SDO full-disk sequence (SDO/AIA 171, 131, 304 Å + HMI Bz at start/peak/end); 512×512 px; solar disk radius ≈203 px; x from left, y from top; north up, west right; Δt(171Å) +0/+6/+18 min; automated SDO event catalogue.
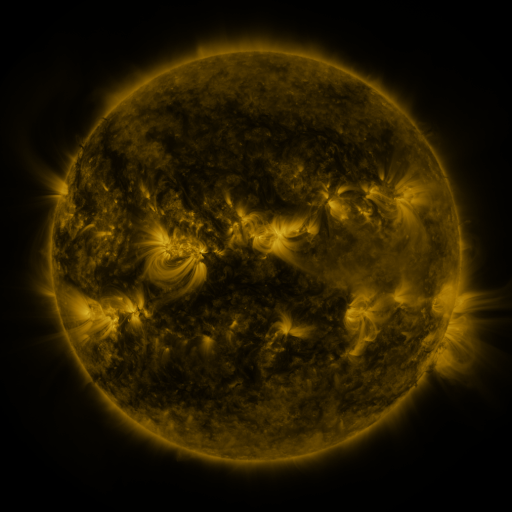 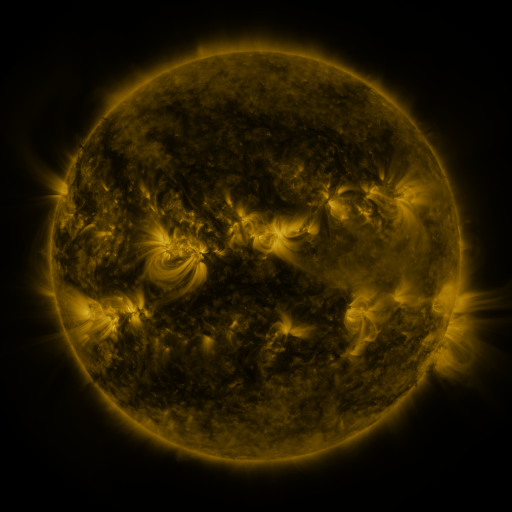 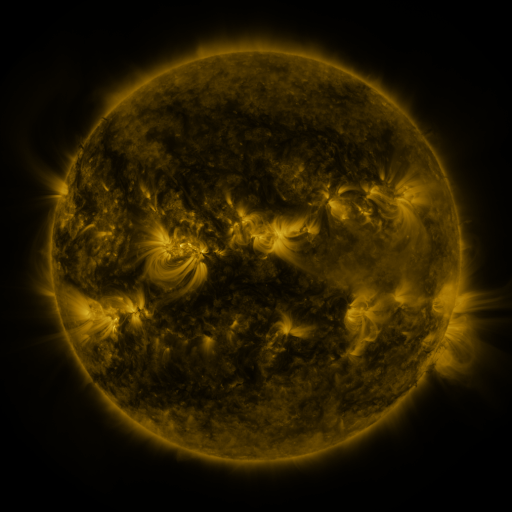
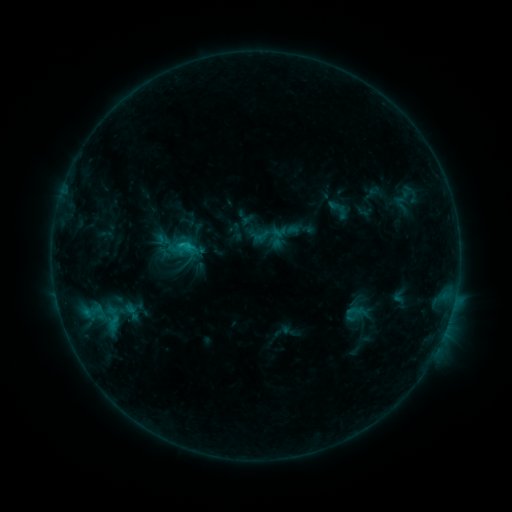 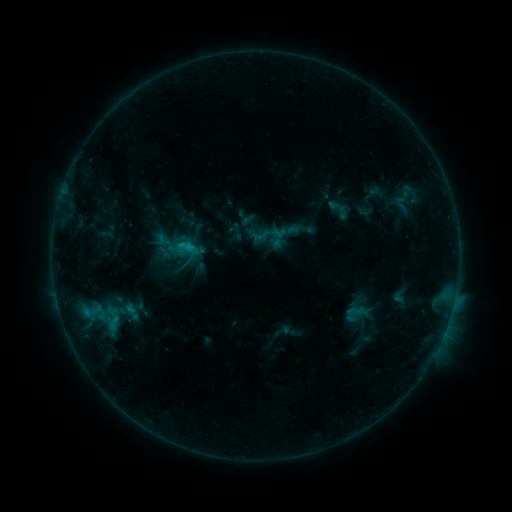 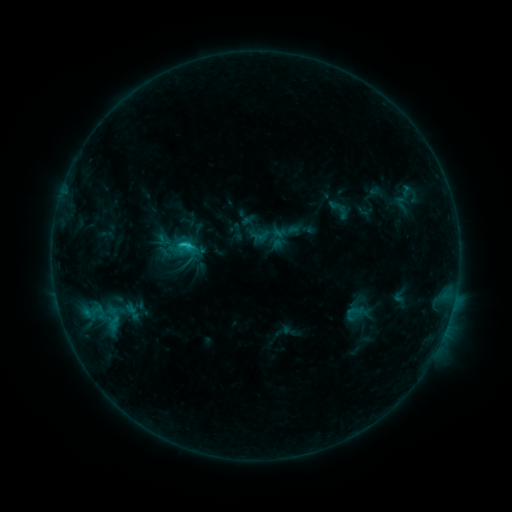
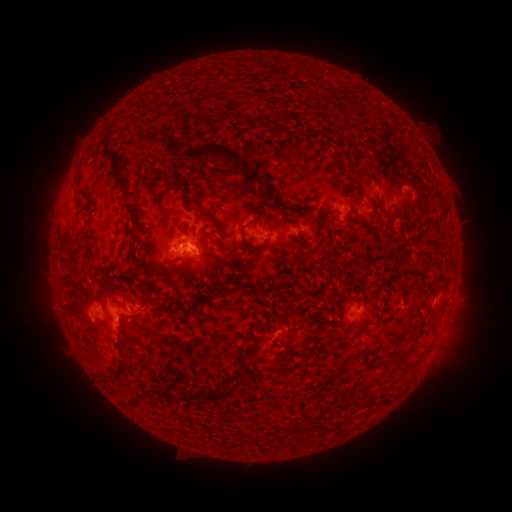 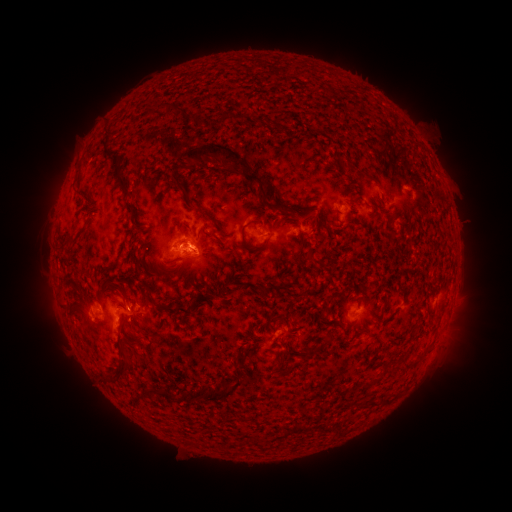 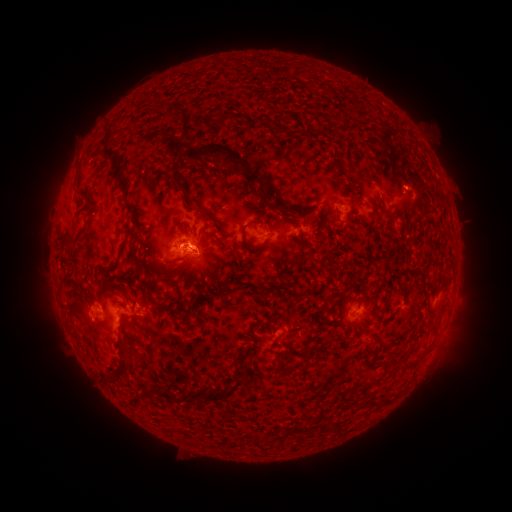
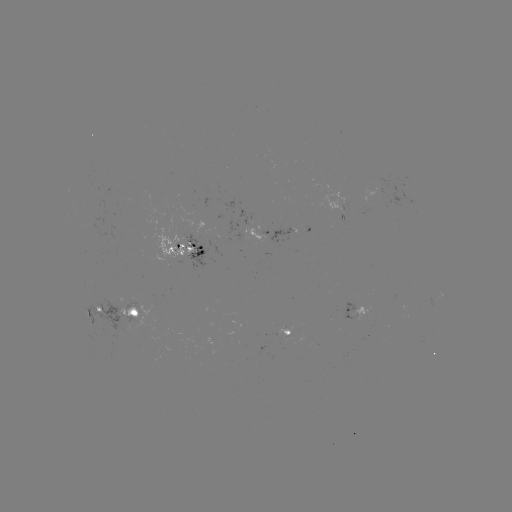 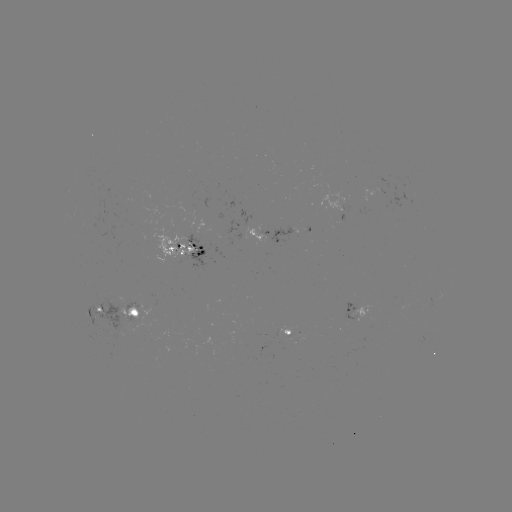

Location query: C1.5 flare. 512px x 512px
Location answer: [190, 245].